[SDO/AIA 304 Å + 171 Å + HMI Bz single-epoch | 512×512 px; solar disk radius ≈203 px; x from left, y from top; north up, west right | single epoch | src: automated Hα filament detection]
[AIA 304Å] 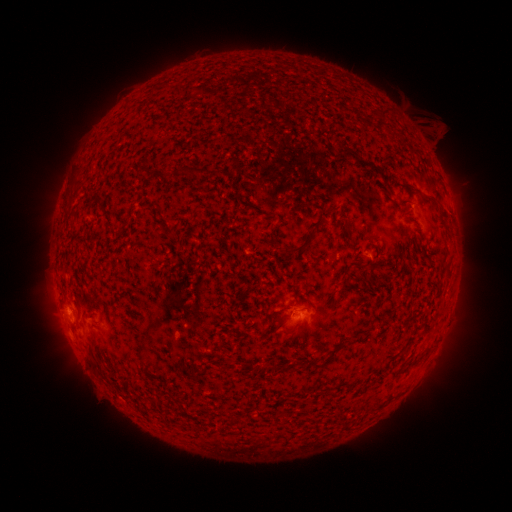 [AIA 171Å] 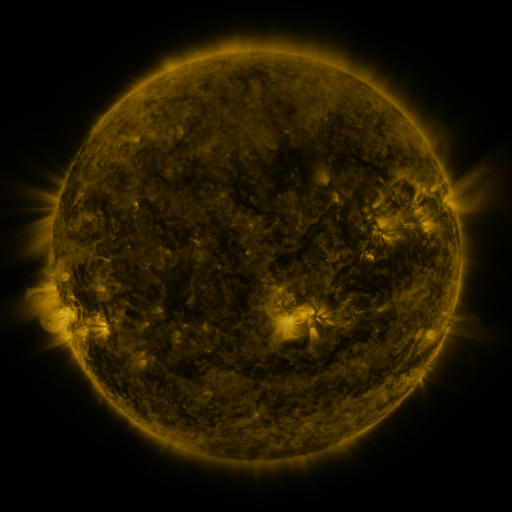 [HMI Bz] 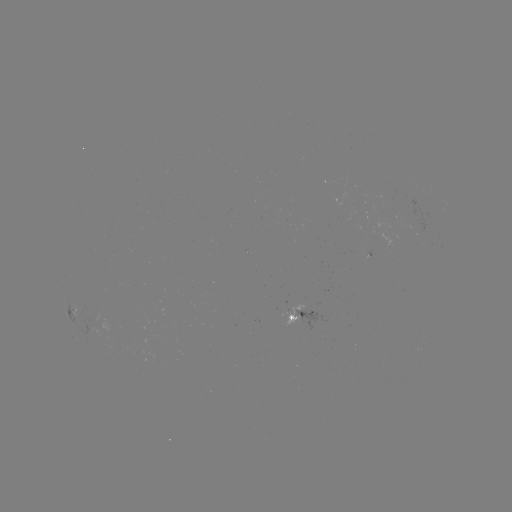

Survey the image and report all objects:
filament: [373, 106, 388, 117]
filament: [335, 144, 358, 157]
filament: [178, 167, 202, 176]
filament: [399, 180, 411, 189]
filament: [381, 189, 390, 200]
filament: [423, 193, 449, 217]
filament: [398, 196, 410, 205]
filament: [328, 204, 339, 211]
filament: [340, 220, 353, 238]
filament: [285, 232, 313, 253]
filament: [368, 232, 380, 258]
filament: [301, 296, 310, 302]
filament: [305, 326, 313, 338]
filament: [86, 355, 99, 372]
filament: [297, 357, 325, 370]
